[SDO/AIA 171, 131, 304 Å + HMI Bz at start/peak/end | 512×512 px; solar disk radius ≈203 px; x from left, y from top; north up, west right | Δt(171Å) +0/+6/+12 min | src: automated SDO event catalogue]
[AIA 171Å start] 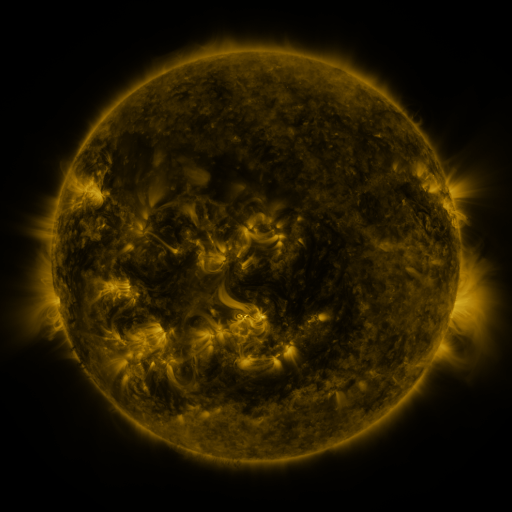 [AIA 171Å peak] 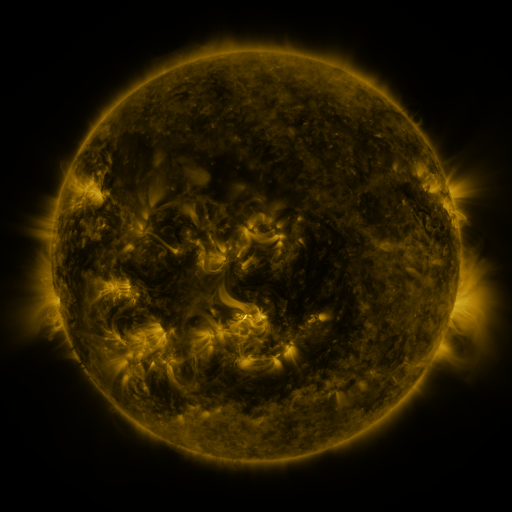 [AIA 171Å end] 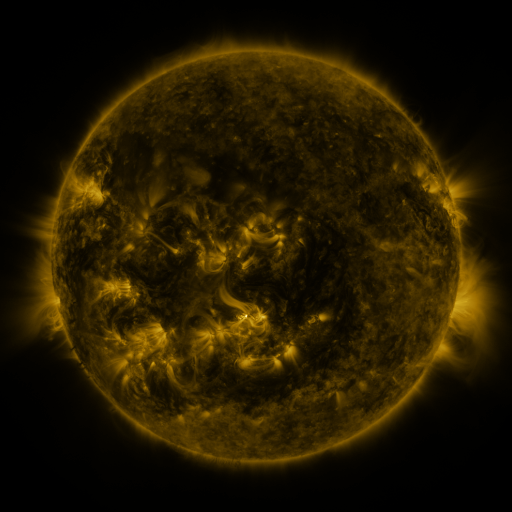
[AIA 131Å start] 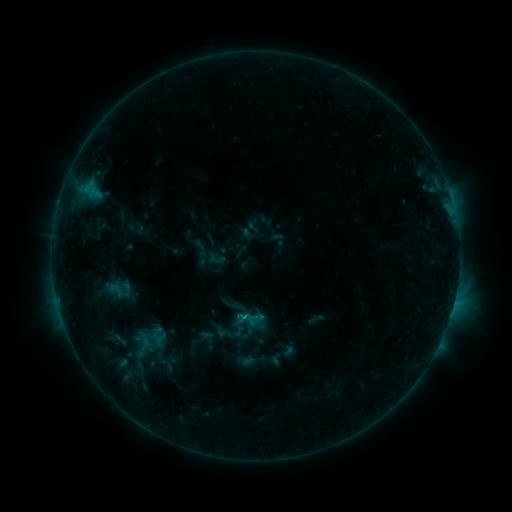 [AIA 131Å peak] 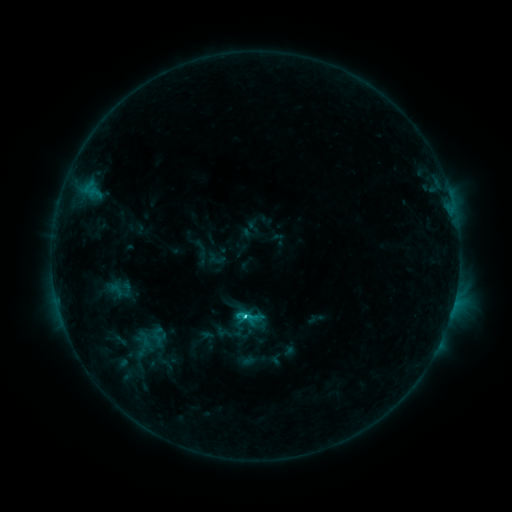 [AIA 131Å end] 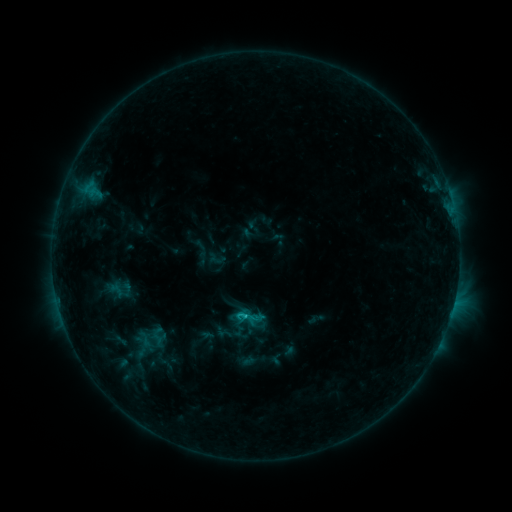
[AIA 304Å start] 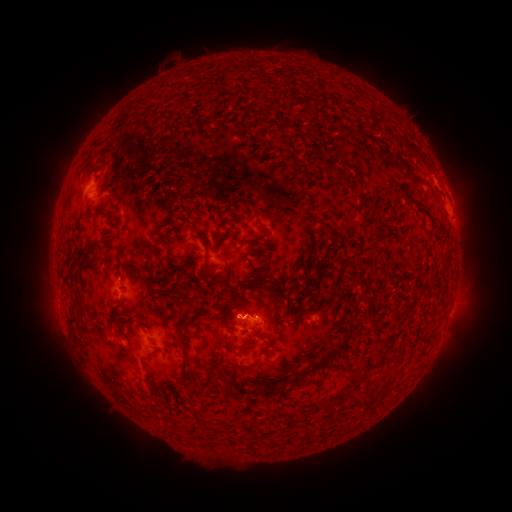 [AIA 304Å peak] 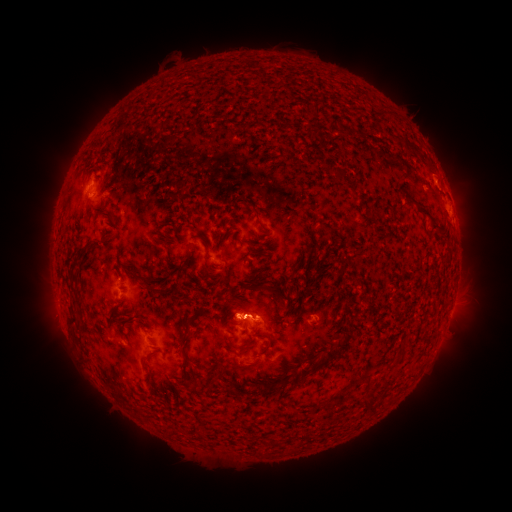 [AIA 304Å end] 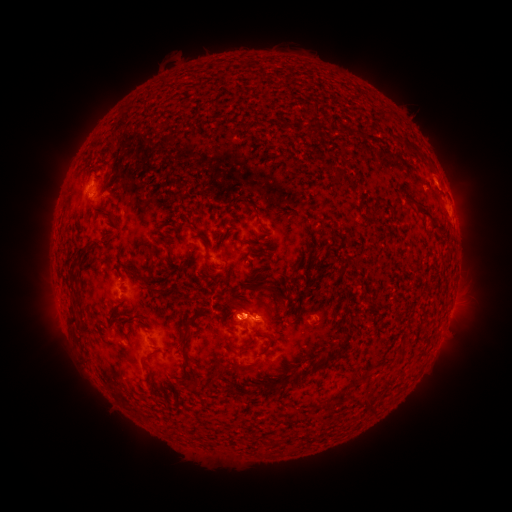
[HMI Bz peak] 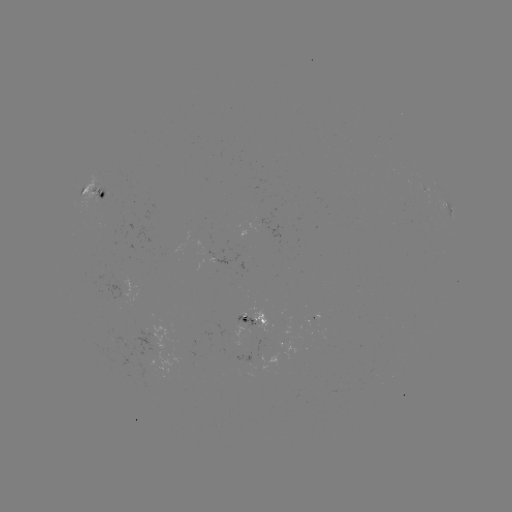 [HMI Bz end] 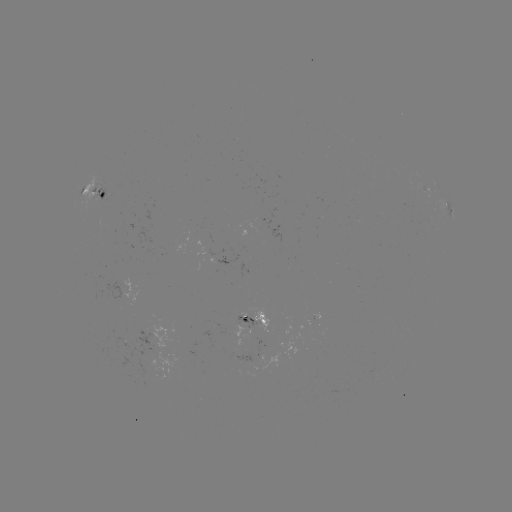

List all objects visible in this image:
C1.9 flare: (245, 313)
